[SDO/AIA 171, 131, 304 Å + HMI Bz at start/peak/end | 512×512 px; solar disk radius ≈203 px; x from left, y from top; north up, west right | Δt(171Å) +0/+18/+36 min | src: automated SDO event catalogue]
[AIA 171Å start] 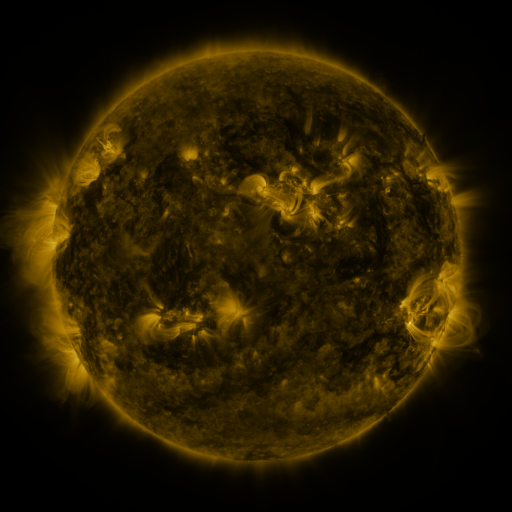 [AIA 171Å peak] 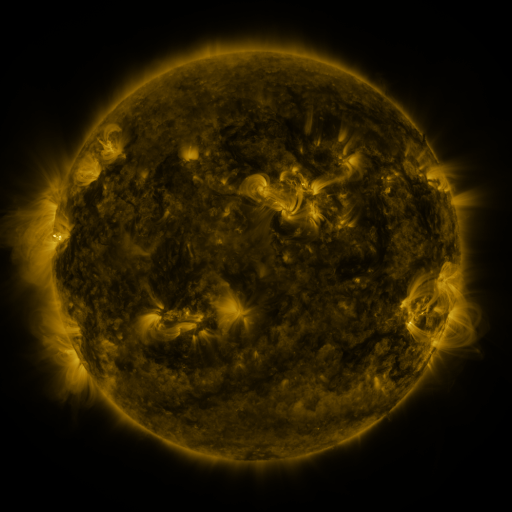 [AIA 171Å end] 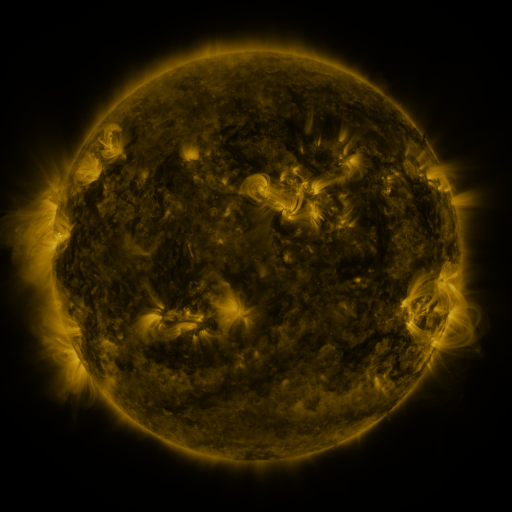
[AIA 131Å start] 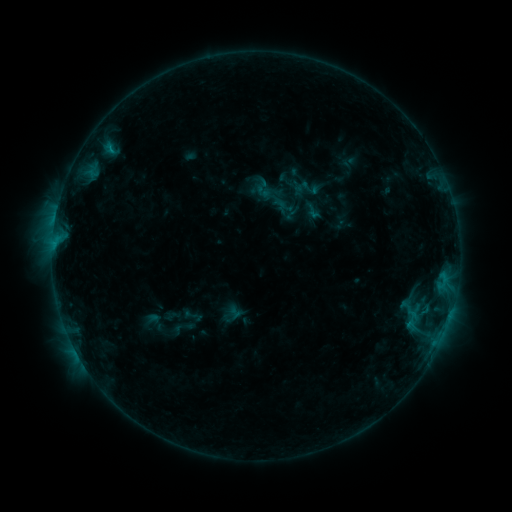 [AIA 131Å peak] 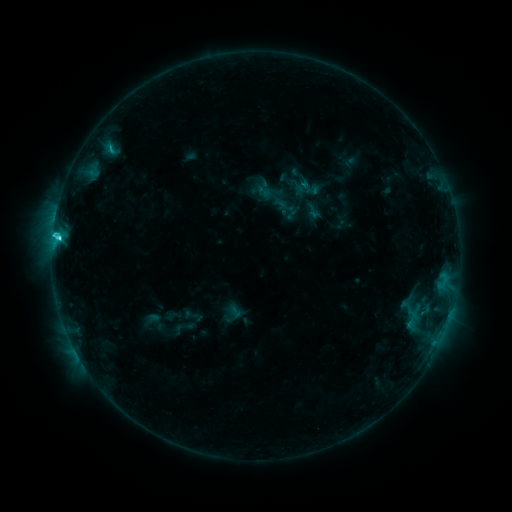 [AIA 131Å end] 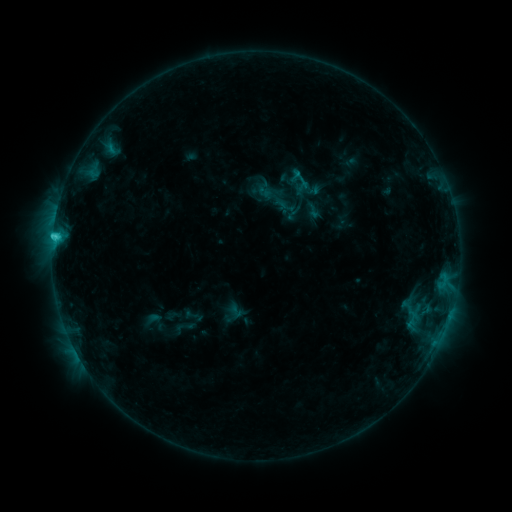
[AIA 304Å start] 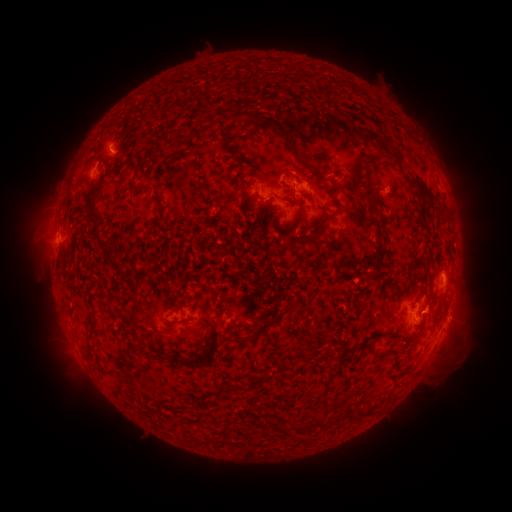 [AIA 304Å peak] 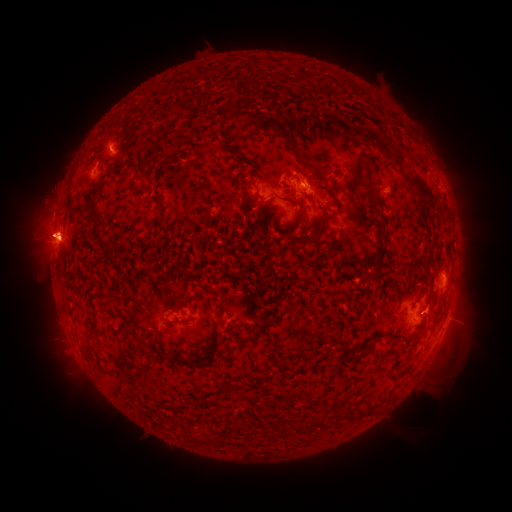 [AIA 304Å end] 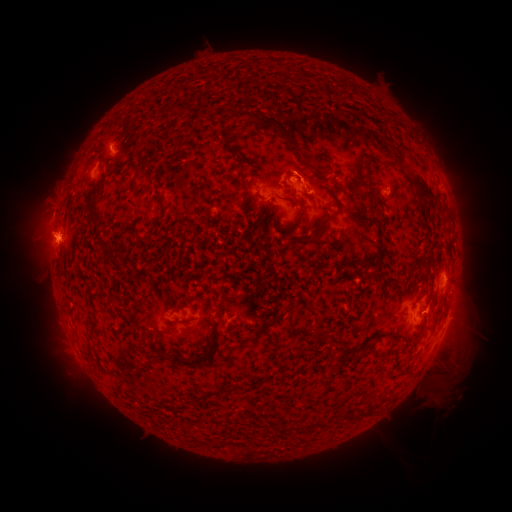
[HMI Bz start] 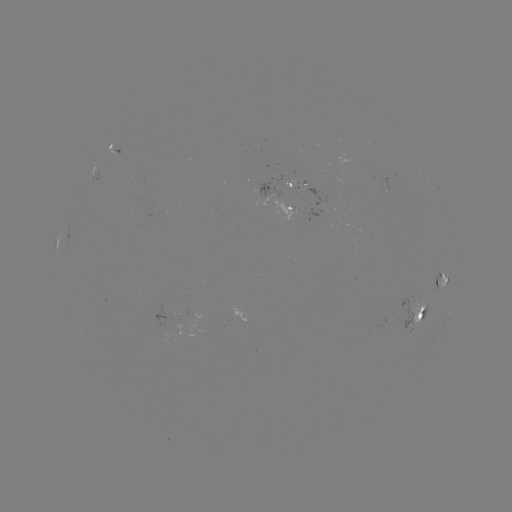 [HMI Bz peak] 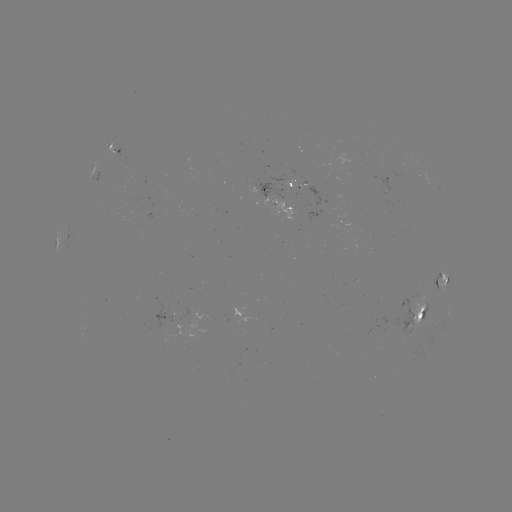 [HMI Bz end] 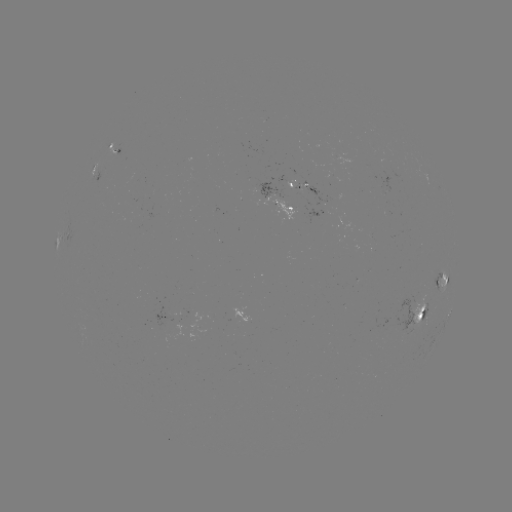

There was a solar eruption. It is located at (438, 385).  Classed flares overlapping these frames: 1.